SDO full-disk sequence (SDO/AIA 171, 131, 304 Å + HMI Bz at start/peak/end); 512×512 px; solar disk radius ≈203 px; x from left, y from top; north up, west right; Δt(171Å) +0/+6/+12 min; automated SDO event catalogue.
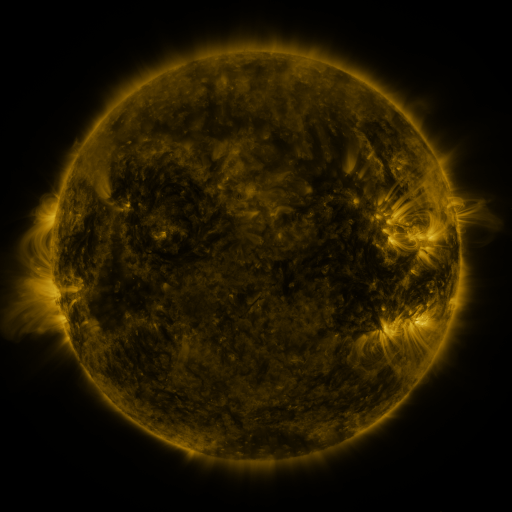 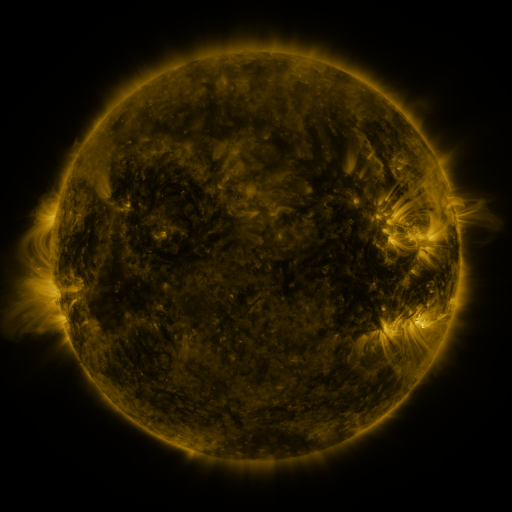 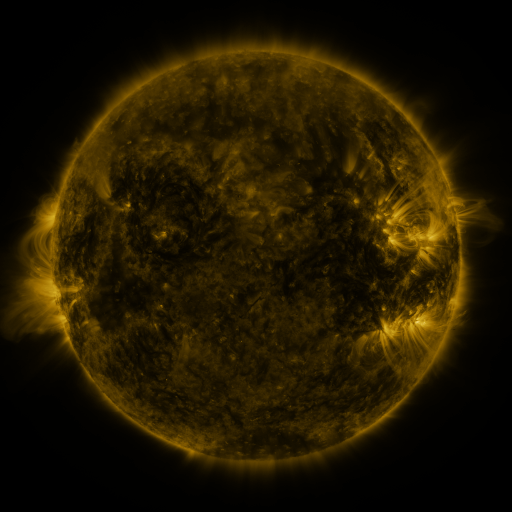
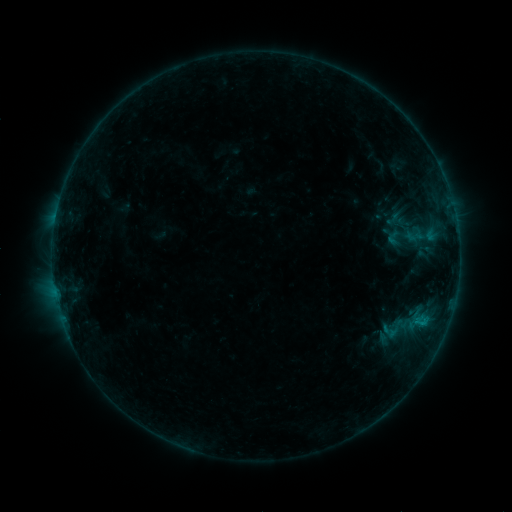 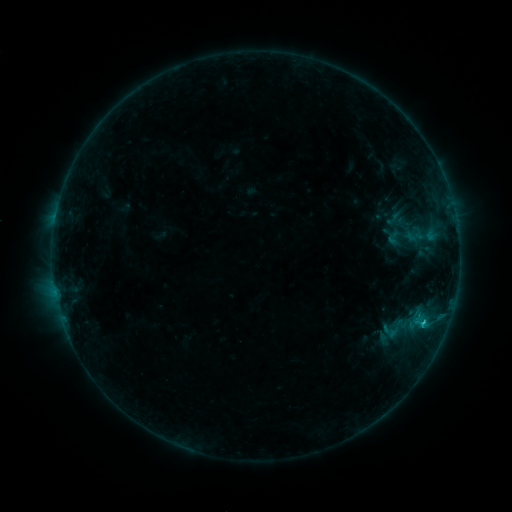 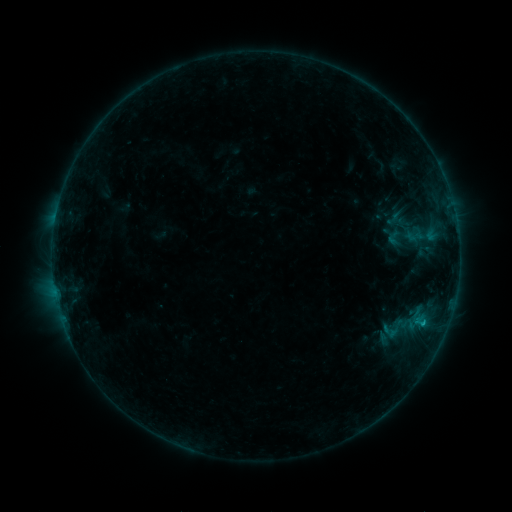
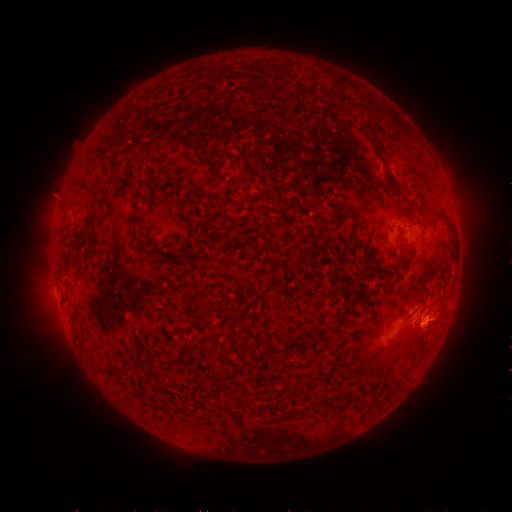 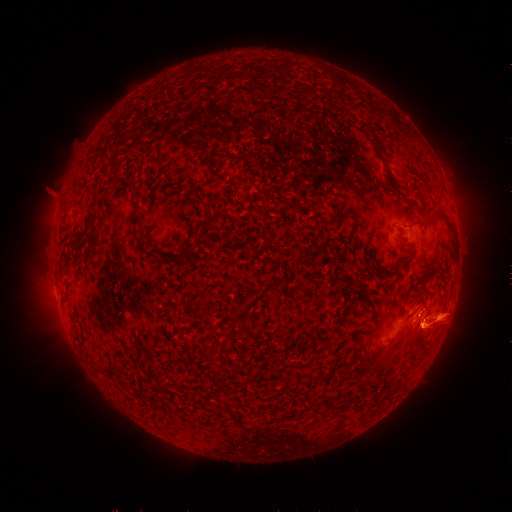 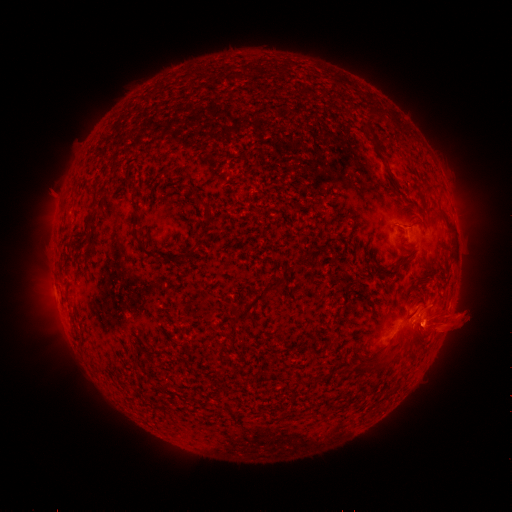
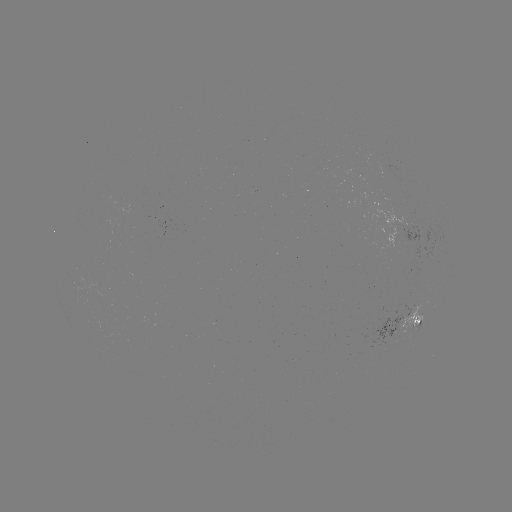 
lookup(B7.4 flare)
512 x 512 [423, 320]